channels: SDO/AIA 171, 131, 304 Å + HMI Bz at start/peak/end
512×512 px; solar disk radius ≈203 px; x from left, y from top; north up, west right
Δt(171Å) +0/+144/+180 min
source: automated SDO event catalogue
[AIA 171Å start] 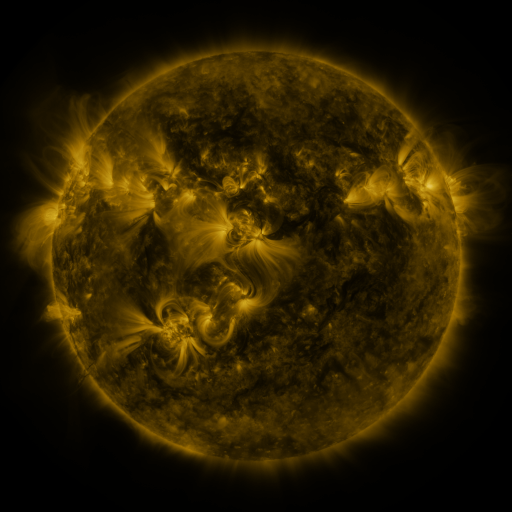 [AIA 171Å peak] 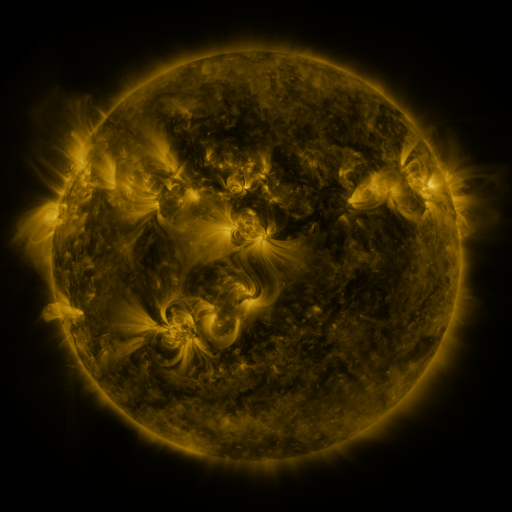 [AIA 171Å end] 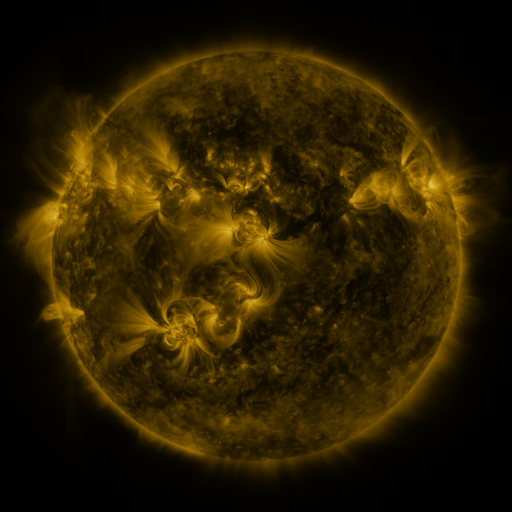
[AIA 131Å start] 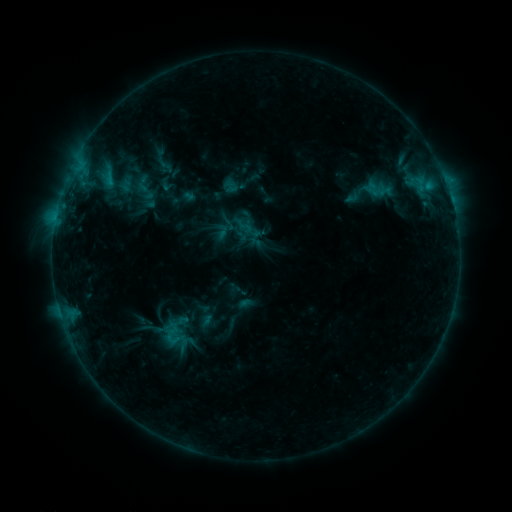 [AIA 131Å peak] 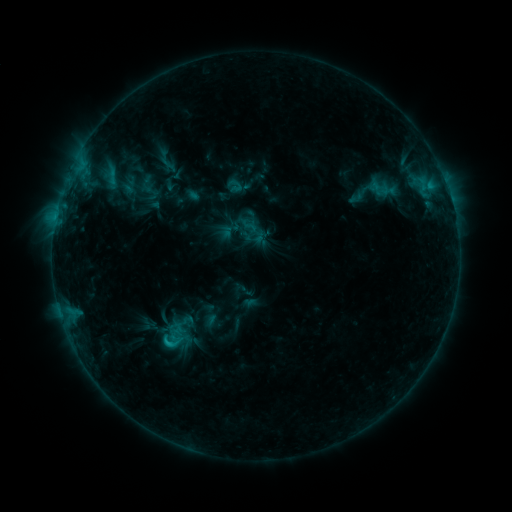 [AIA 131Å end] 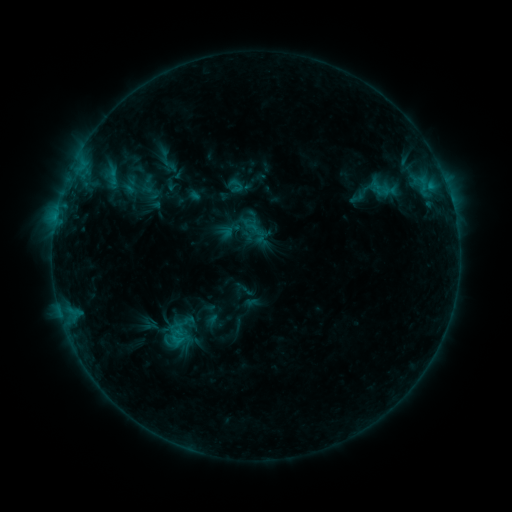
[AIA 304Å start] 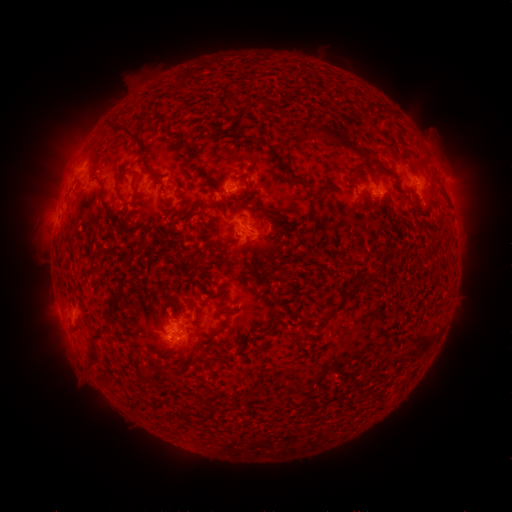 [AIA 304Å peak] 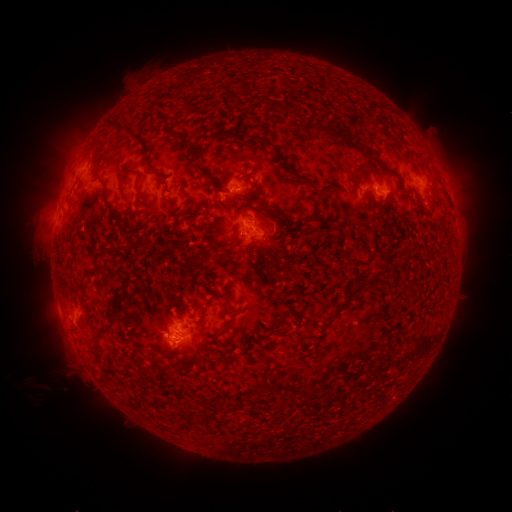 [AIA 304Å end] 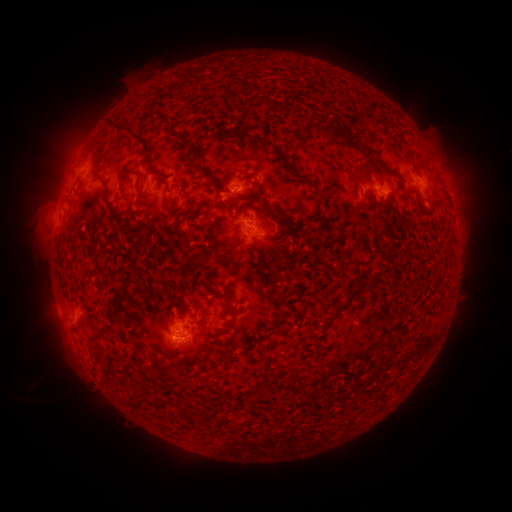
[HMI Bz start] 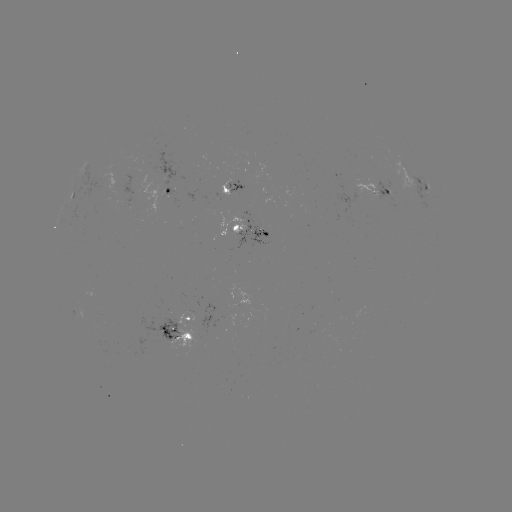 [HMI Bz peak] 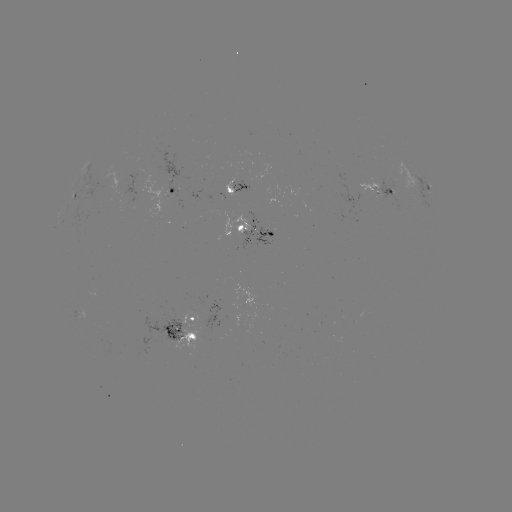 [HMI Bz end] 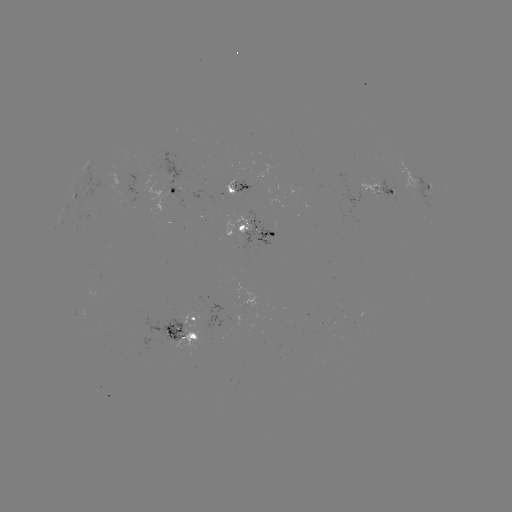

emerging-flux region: <bbox>164, 189, 169, 199</bbox>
